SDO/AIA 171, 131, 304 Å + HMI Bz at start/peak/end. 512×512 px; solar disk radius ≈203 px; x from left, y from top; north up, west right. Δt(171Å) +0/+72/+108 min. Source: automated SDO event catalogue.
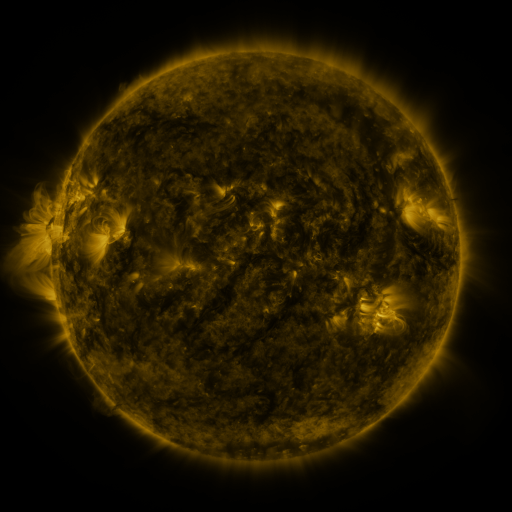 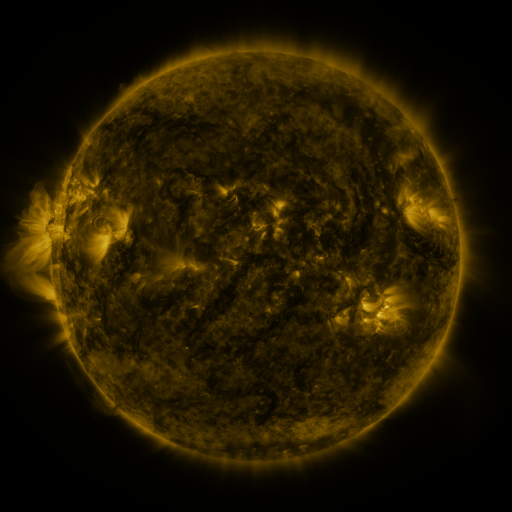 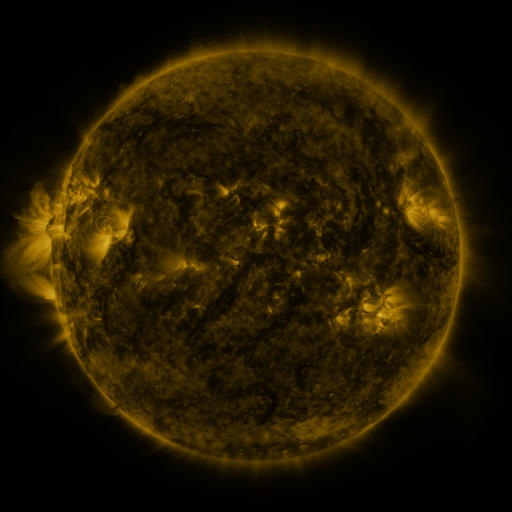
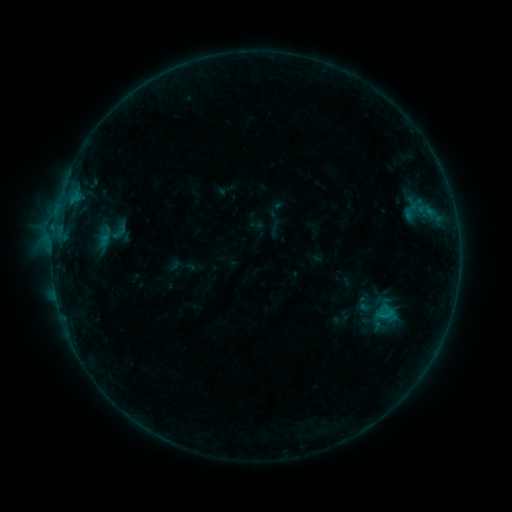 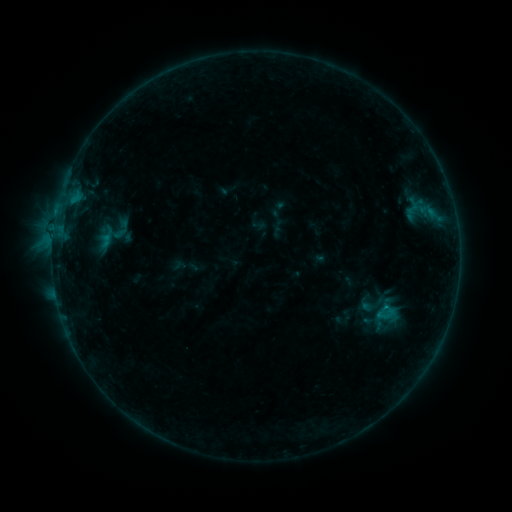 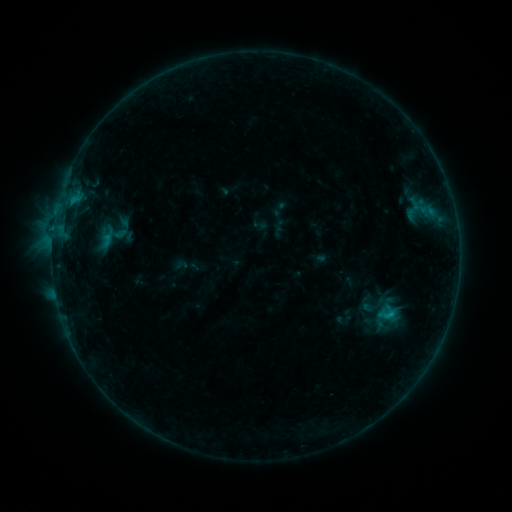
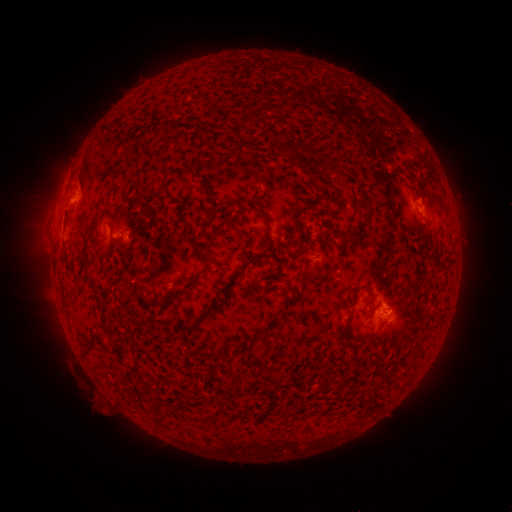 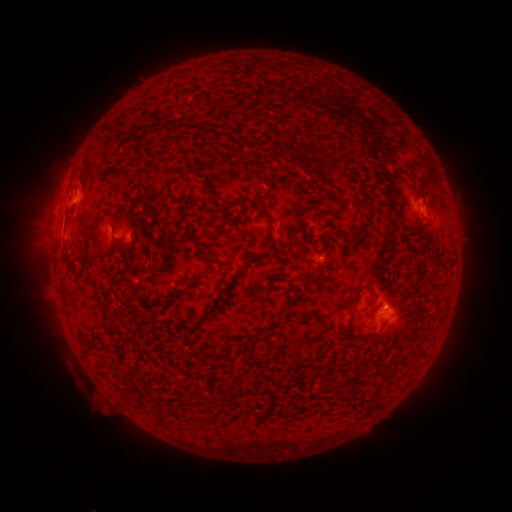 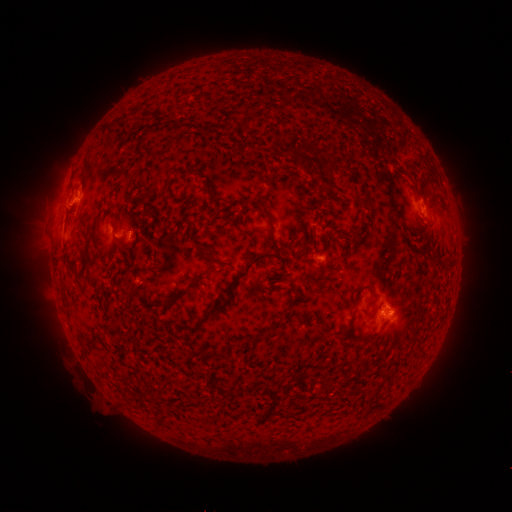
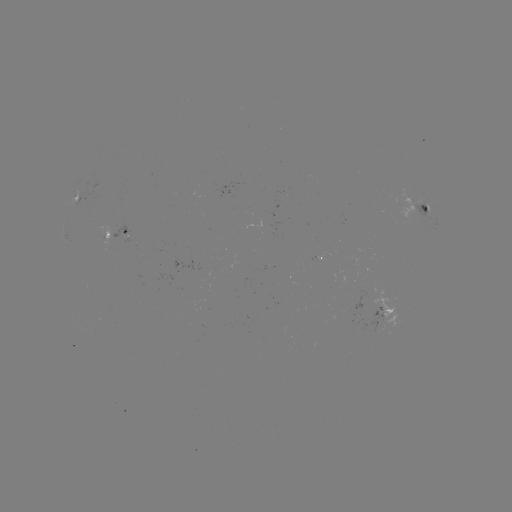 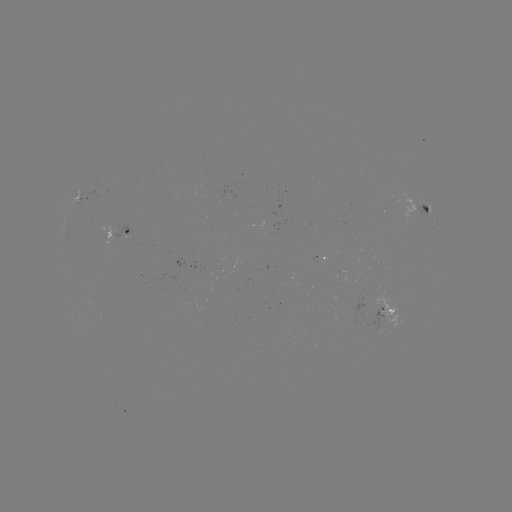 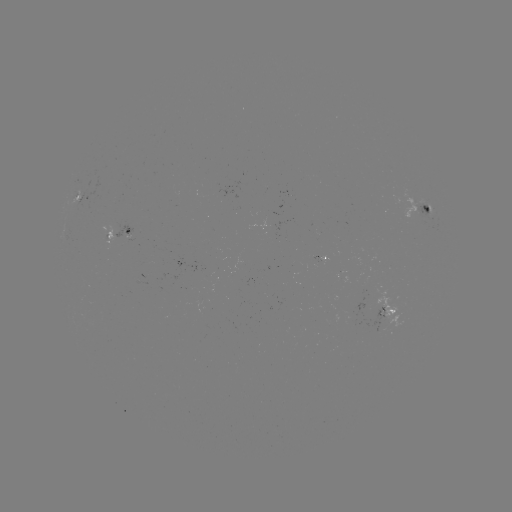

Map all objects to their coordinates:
emerging-flux region: (377, 303)
